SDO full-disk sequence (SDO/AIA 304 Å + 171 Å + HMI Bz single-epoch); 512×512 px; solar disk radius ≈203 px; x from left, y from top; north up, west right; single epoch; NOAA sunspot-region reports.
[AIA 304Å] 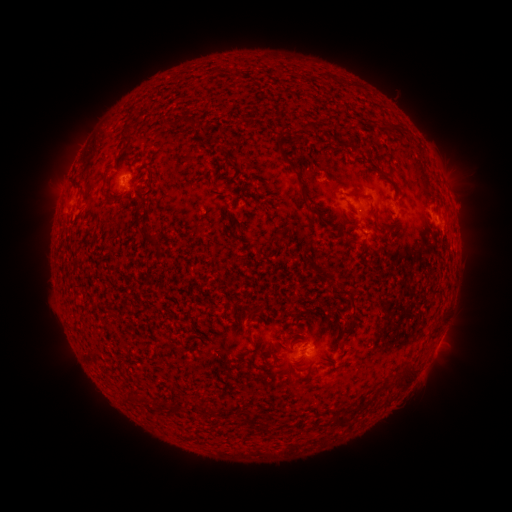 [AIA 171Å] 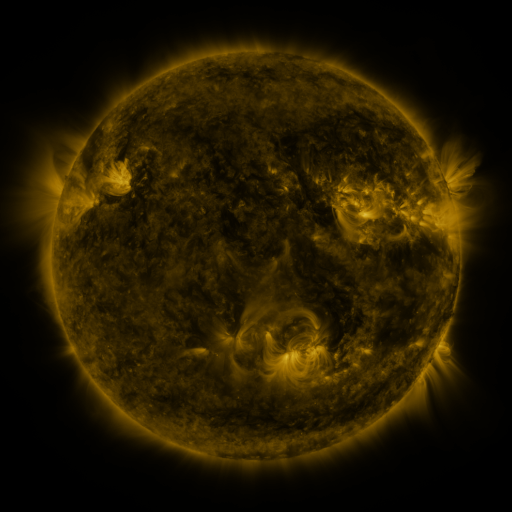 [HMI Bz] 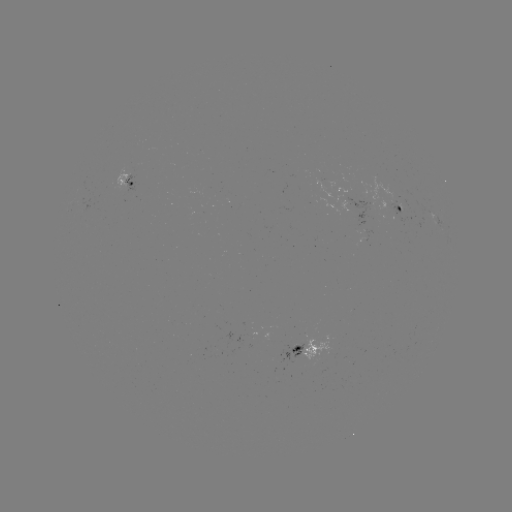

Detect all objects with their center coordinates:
spotted active region: (132, 181)
spotted active region: (403, 207)
spotted active region: (436, 220)
spotted active region: (438, 344)
spotted active region: (311, 347)
